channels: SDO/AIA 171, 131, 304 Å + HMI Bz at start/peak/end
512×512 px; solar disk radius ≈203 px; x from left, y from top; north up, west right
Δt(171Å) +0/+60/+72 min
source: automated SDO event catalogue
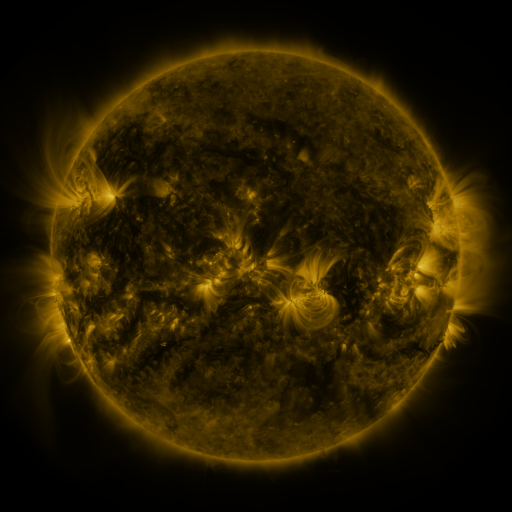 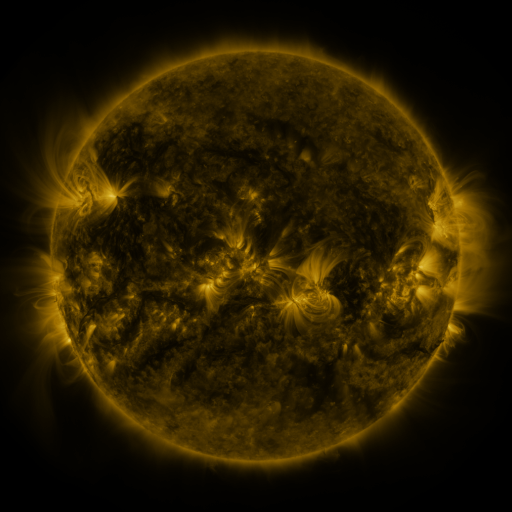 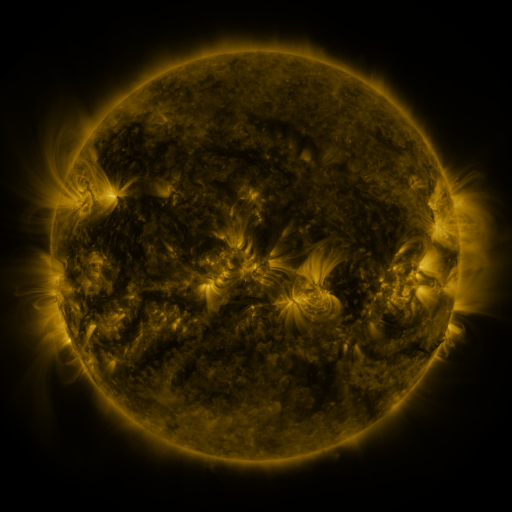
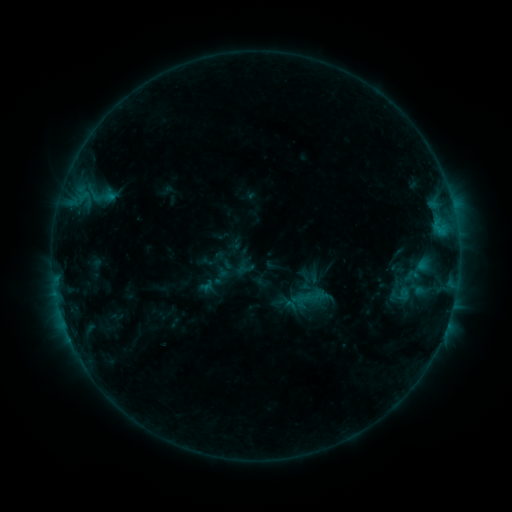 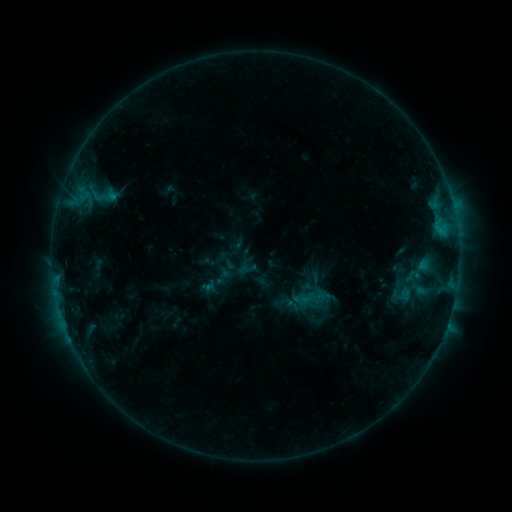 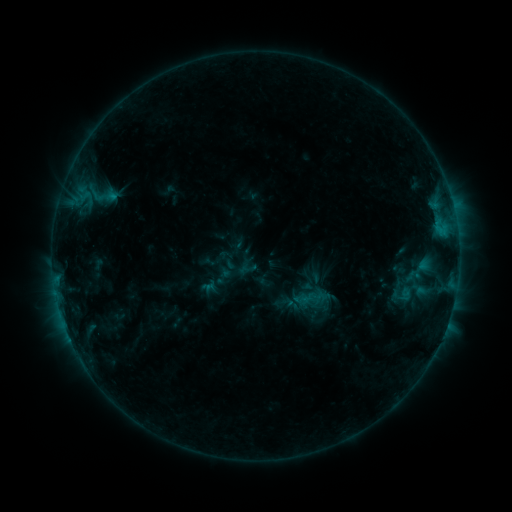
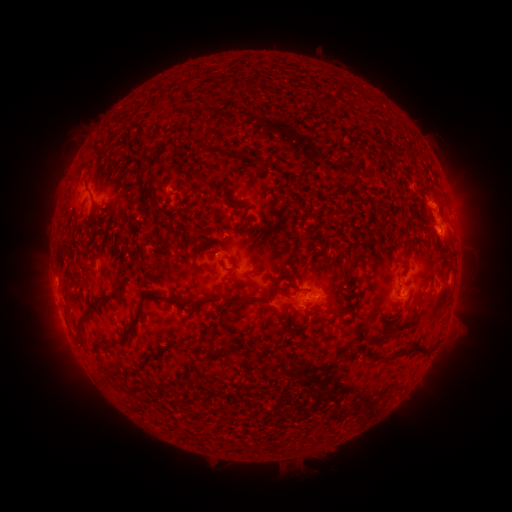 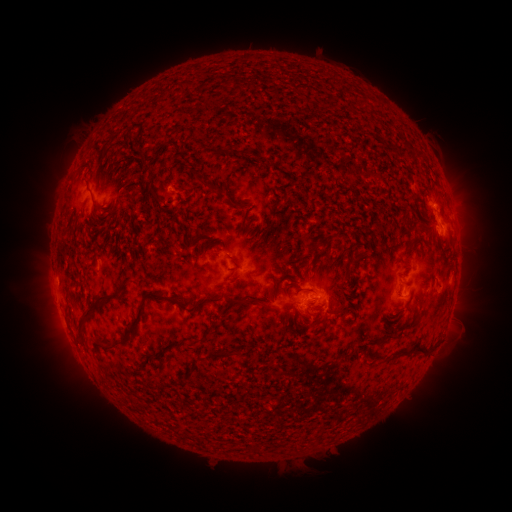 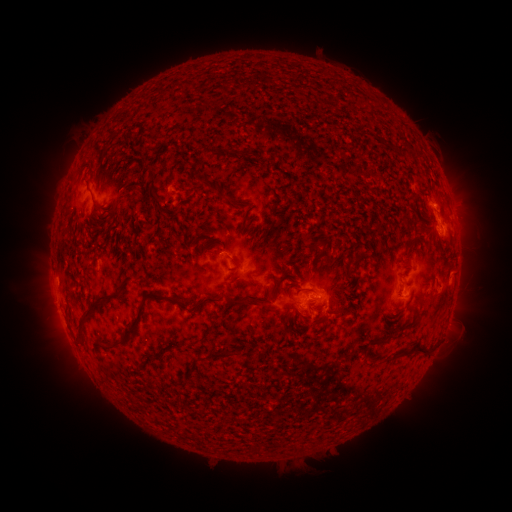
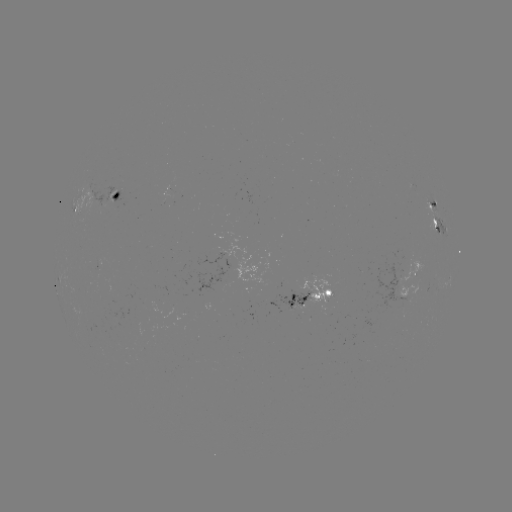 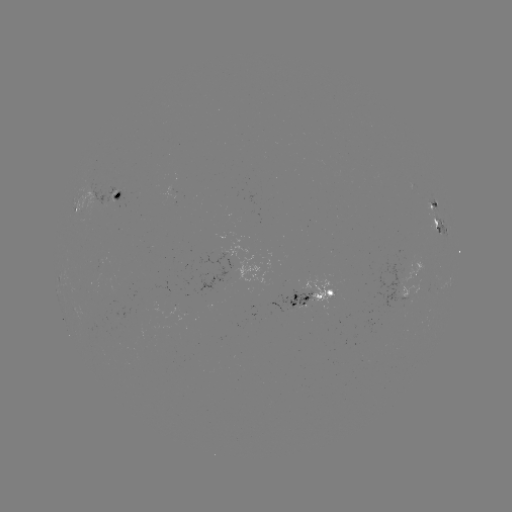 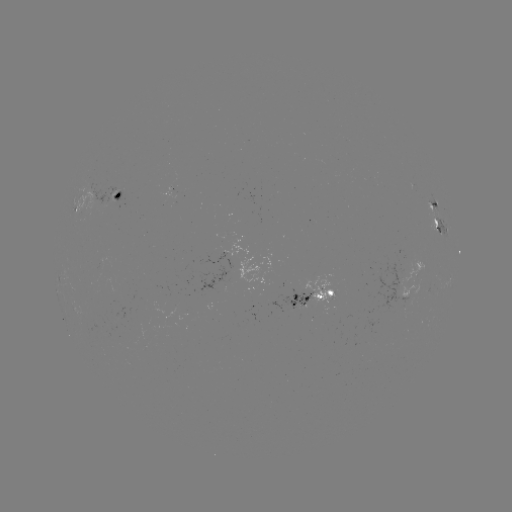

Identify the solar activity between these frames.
emerging-flux region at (171, 190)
